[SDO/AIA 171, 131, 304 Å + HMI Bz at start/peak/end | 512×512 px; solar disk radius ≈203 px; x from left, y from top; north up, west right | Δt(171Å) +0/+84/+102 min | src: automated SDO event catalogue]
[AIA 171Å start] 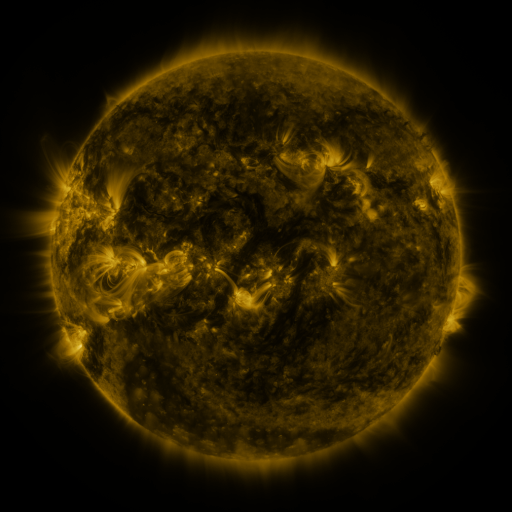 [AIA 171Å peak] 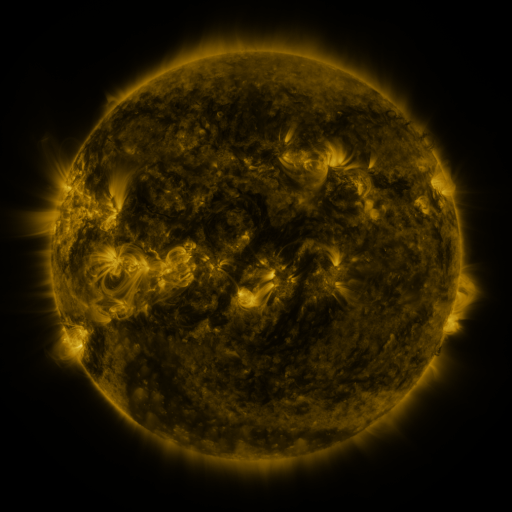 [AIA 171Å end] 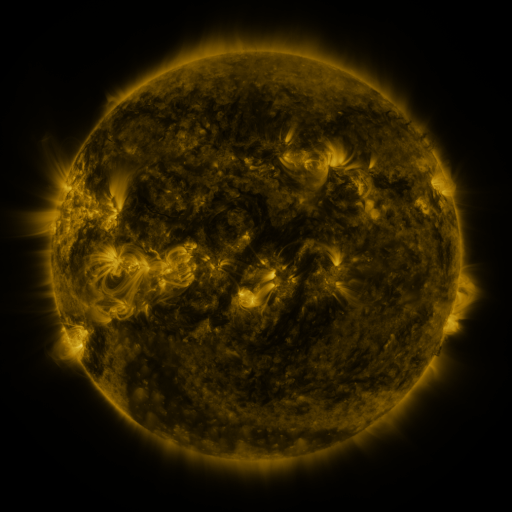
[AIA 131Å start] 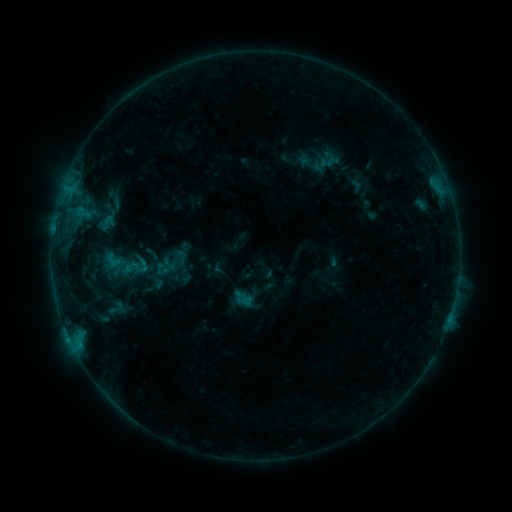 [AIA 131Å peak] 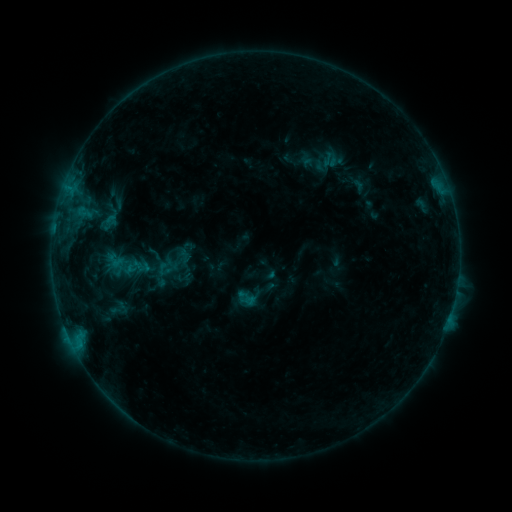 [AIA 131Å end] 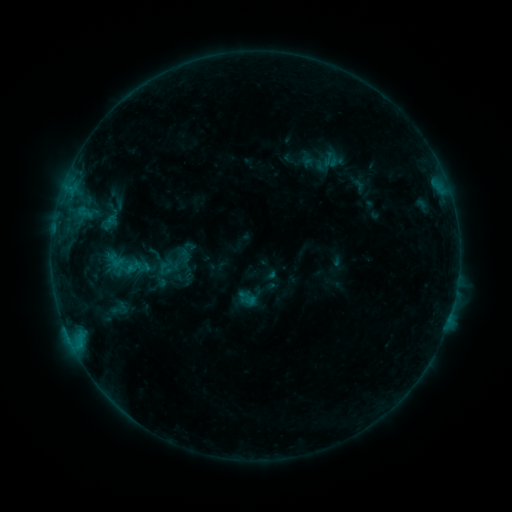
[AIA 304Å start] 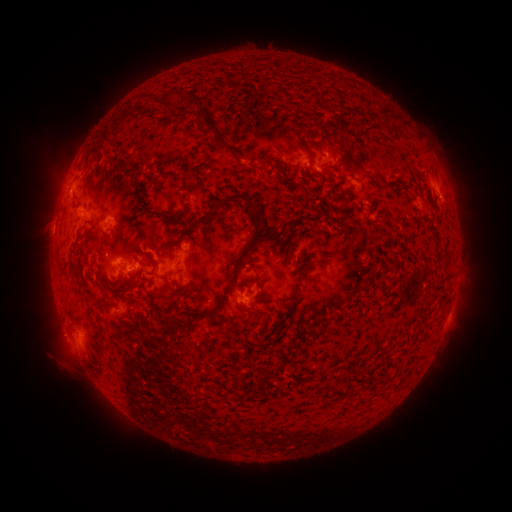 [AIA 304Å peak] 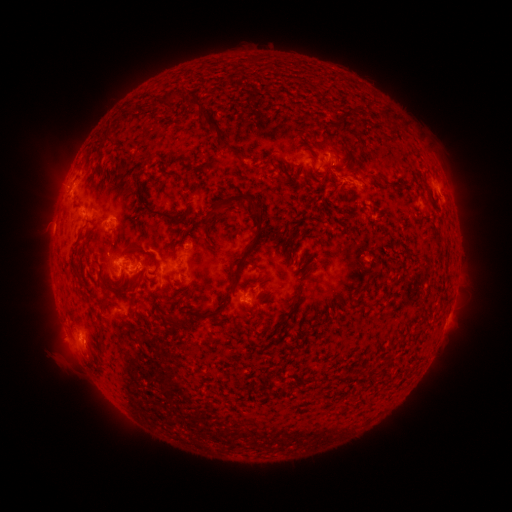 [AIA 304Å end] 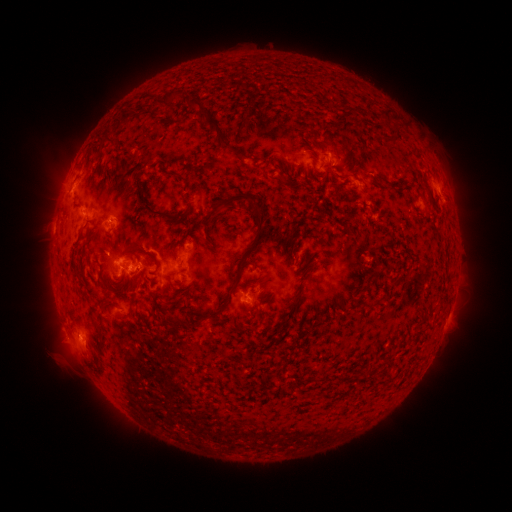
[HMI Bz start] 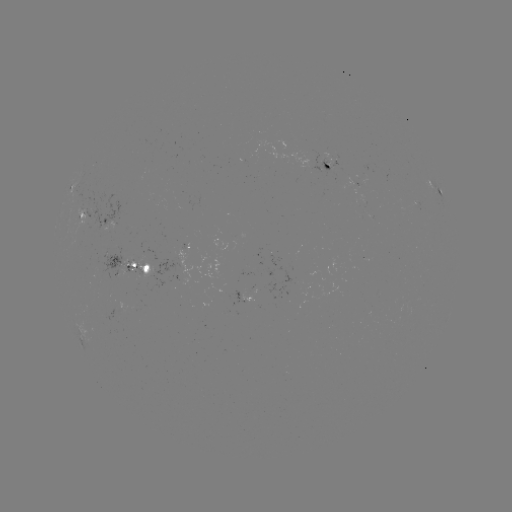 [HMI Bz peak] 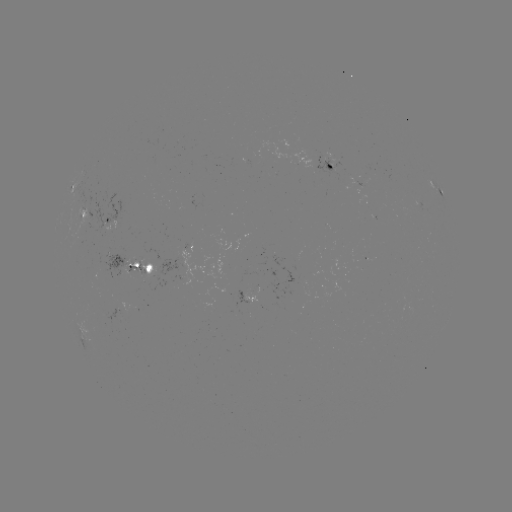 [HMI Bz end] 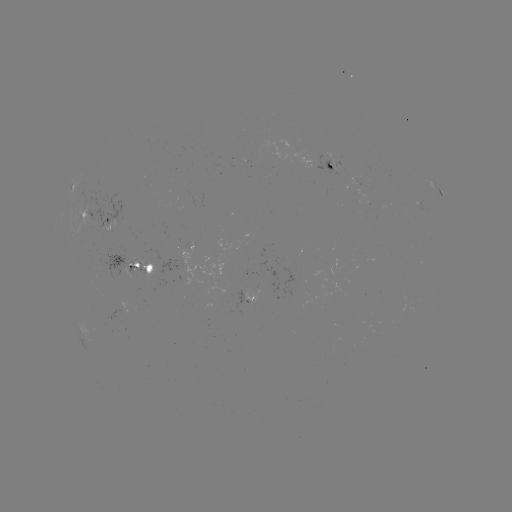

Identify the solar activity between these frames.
emerging-flux region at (150, 272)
